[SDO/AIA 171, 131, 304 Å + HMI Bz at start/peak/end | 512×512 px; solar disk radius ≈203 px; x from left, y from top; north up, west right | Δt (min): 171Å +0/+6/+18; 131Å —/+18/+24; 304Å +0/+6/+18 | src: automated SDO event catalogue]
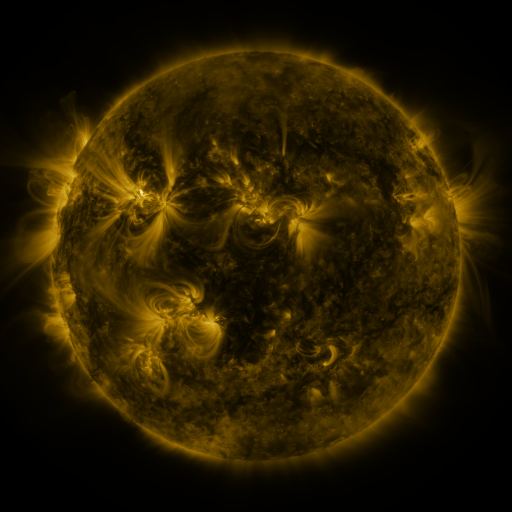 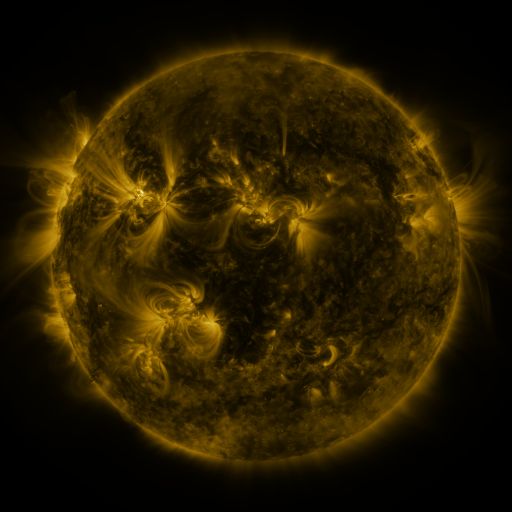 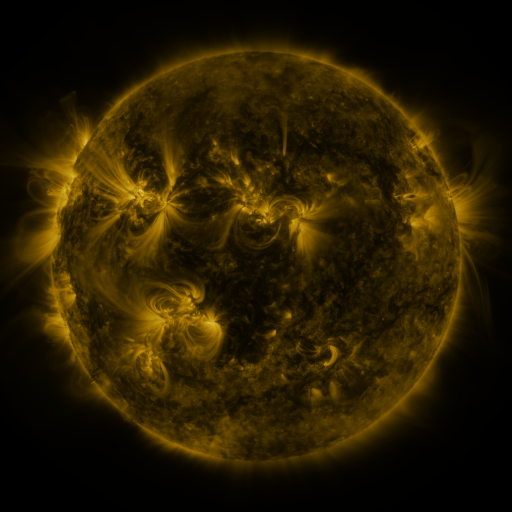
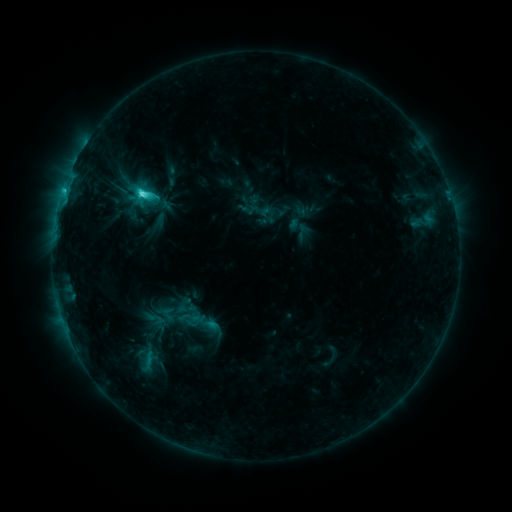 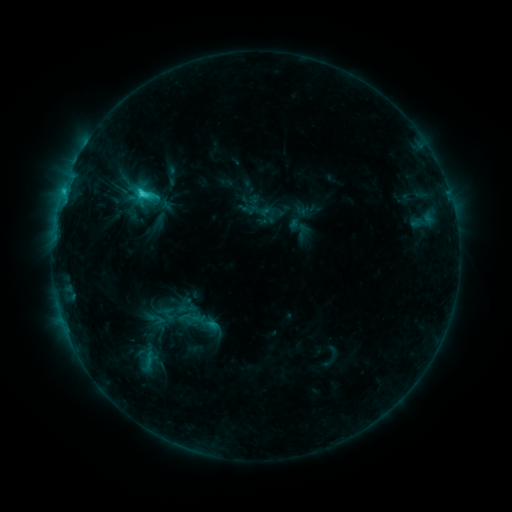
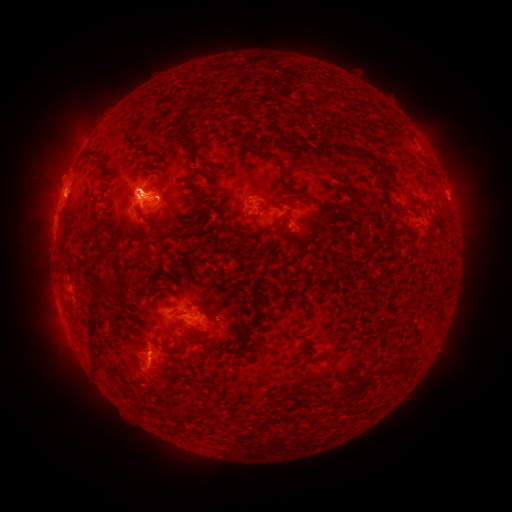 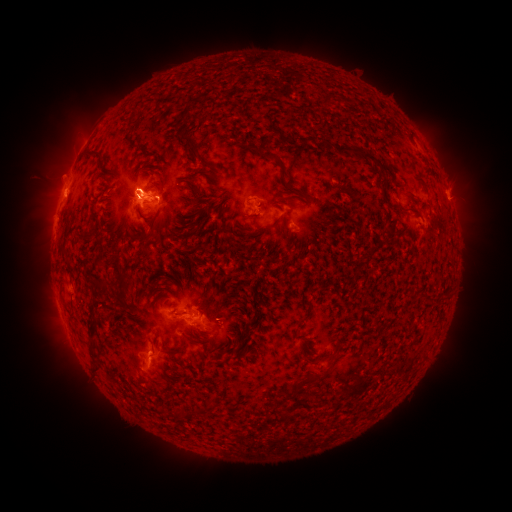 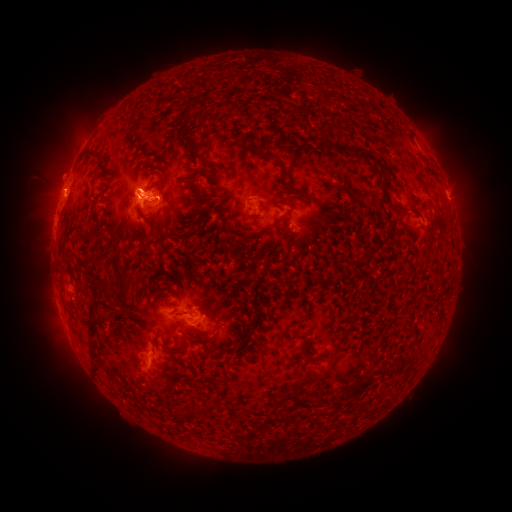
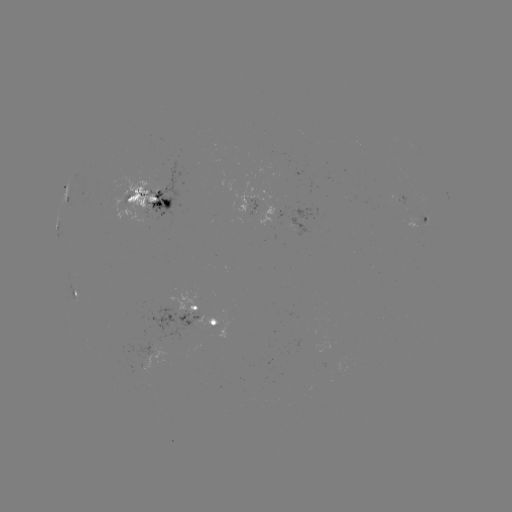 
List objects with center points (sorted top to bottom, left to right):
eruption: (56, 173)
